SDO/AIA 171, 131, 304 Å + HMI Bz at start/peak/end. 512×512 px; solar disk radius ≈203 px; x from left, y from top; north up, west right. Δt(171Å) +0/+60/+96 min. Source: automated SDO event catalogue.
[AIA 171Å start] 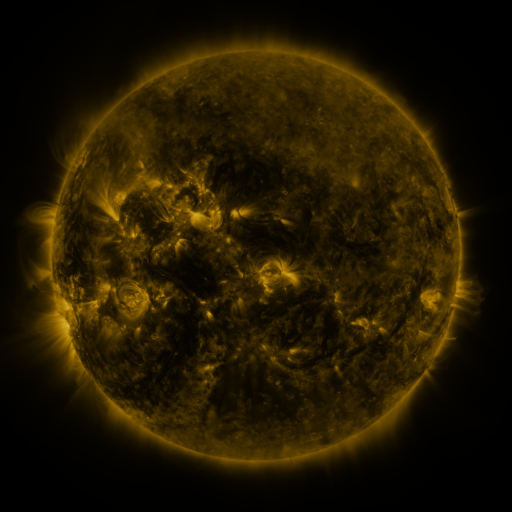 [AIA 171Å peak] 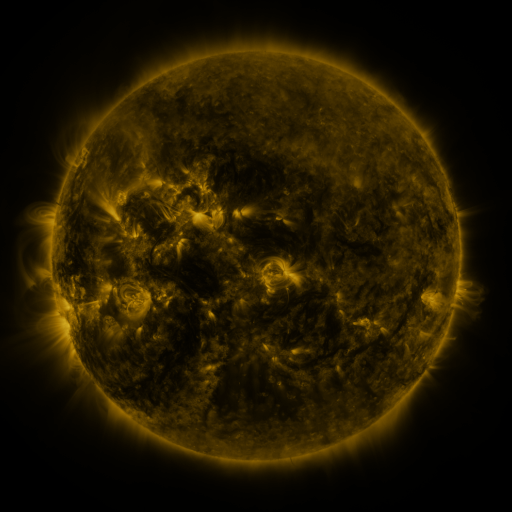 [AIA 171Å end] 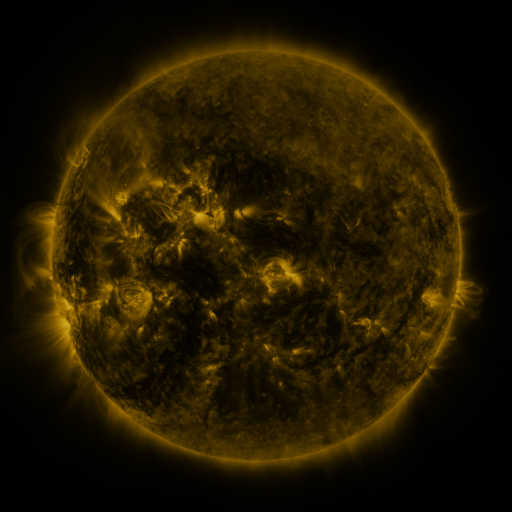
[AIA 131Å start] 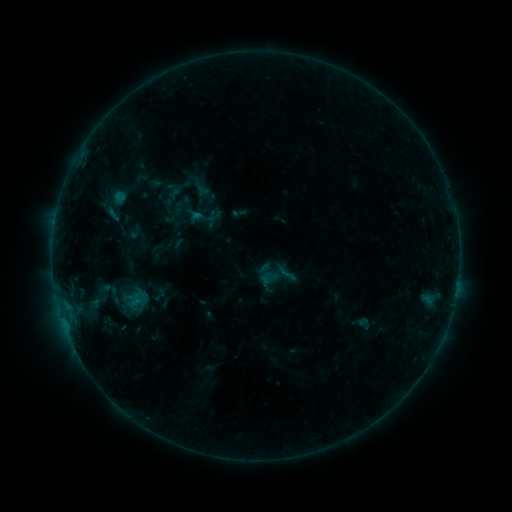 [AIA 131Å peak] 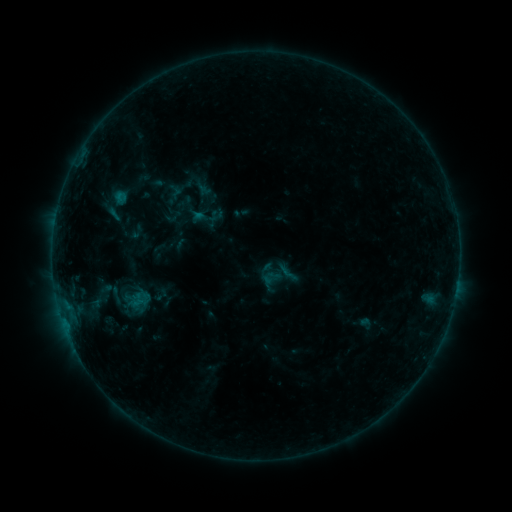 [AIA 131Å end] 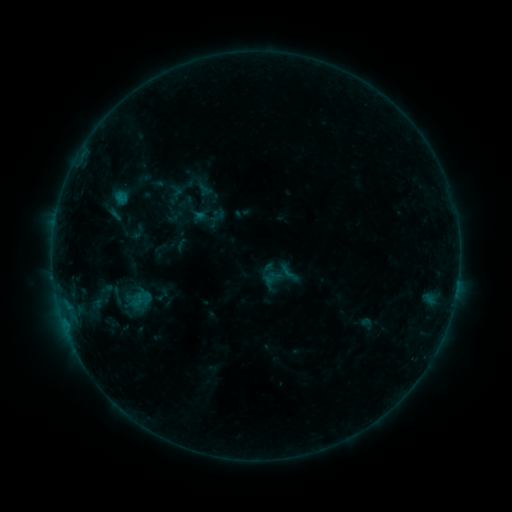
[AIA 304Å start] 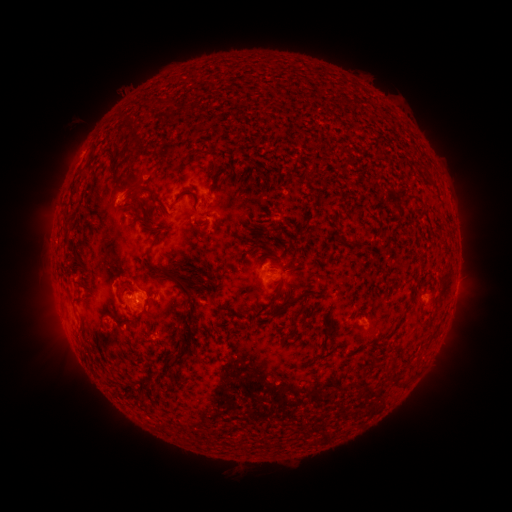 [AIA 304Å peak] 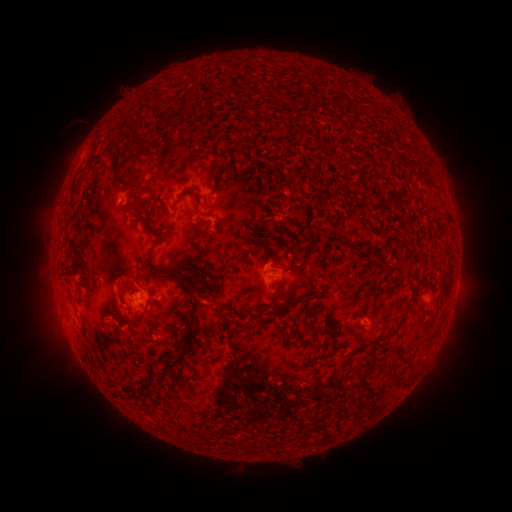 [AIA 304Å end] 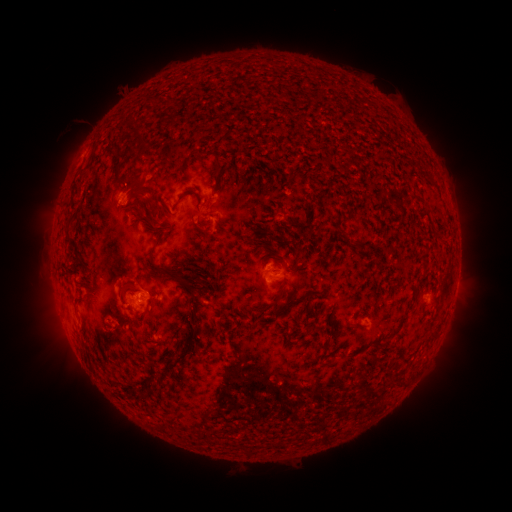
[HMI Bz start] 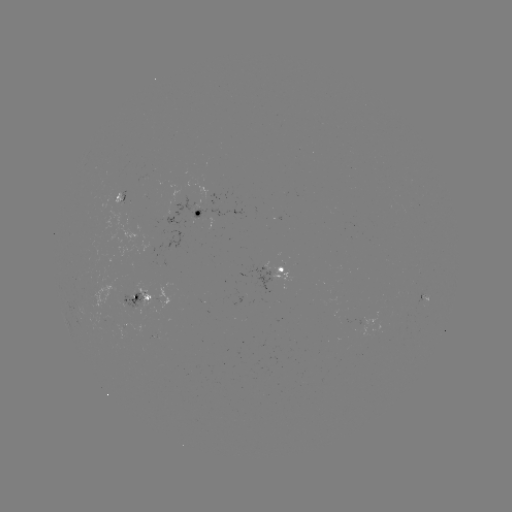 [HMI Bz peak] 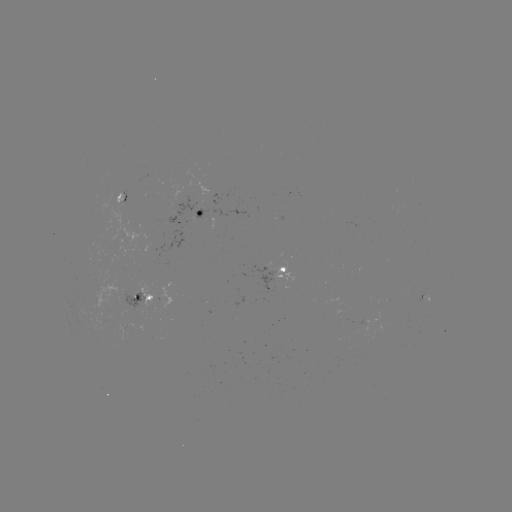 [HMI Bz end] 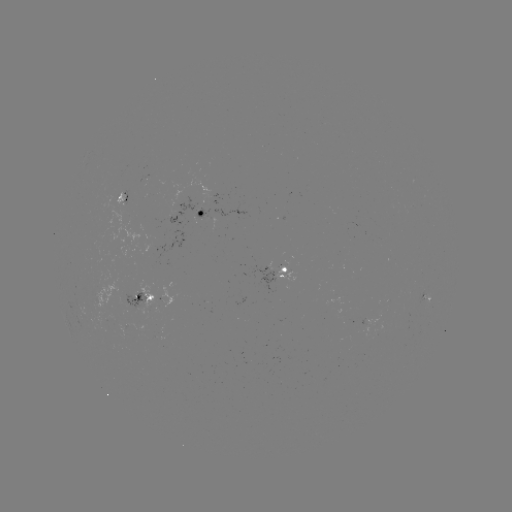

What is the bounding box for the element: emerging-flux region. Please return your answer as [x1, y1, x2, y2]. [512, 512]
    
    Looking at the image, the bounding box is [87, 280, 120, 309].